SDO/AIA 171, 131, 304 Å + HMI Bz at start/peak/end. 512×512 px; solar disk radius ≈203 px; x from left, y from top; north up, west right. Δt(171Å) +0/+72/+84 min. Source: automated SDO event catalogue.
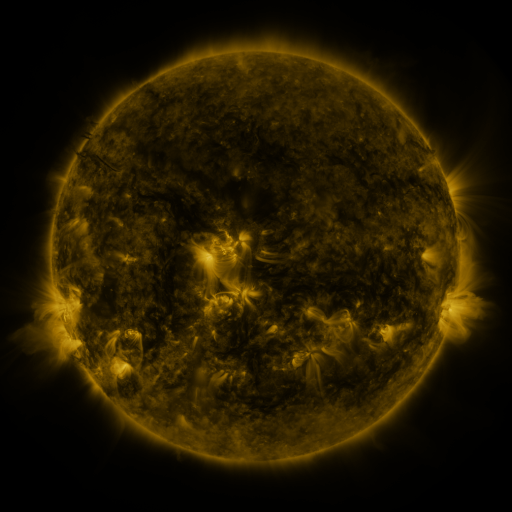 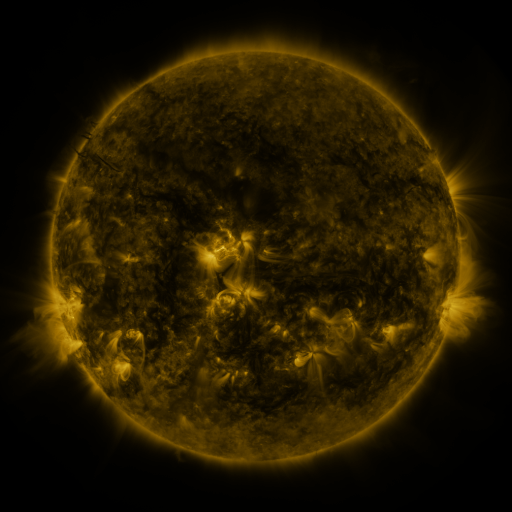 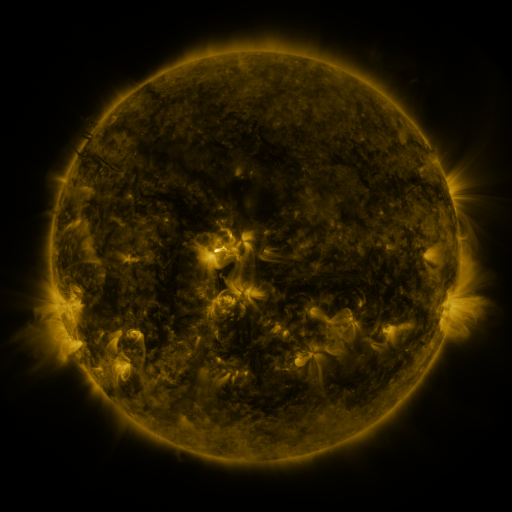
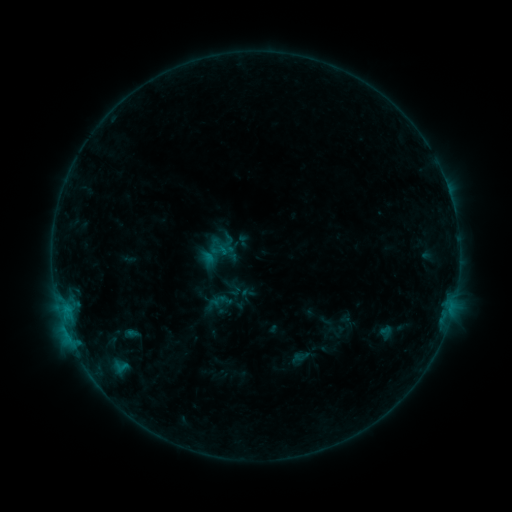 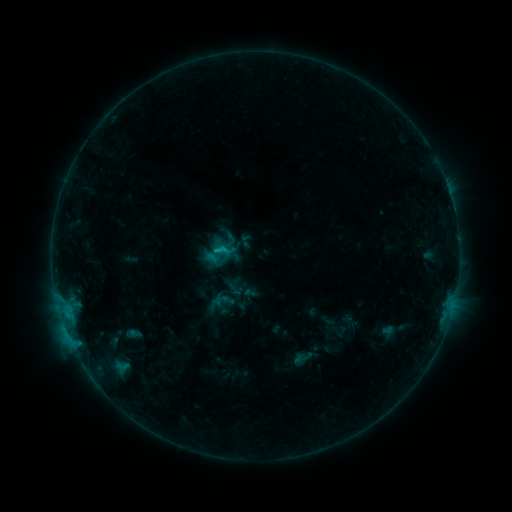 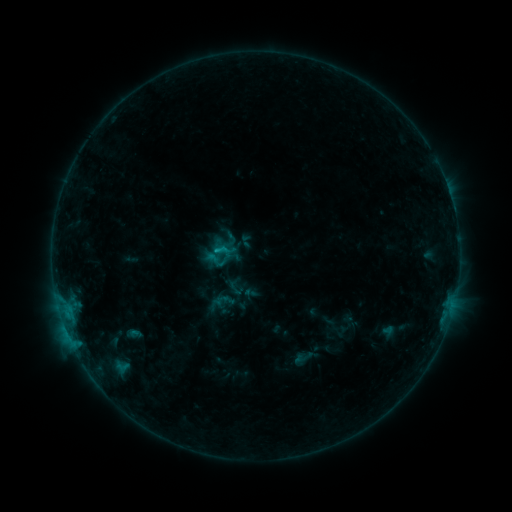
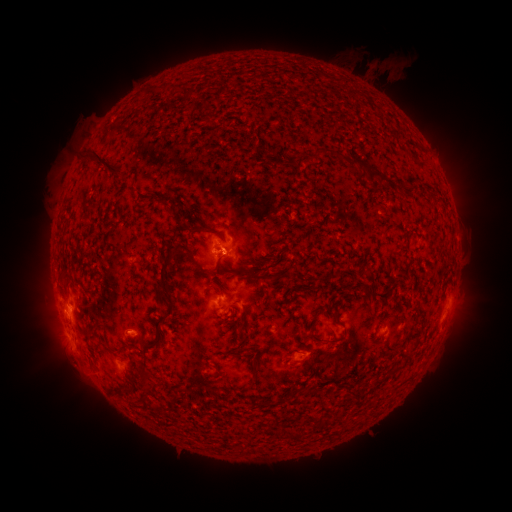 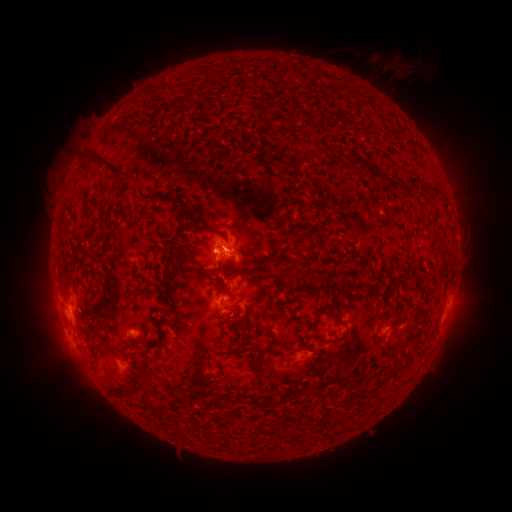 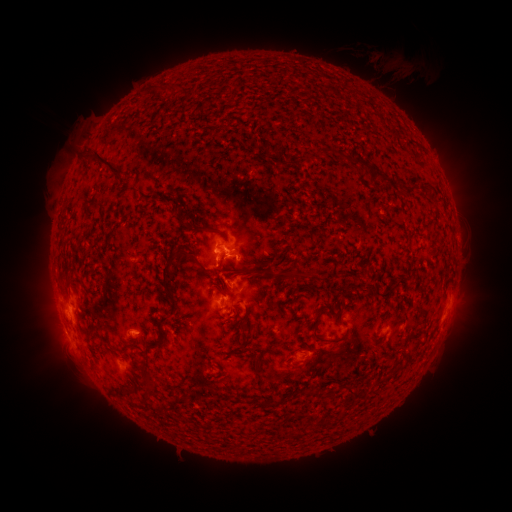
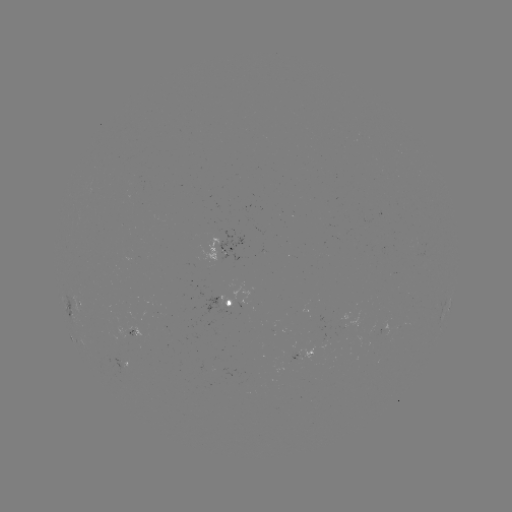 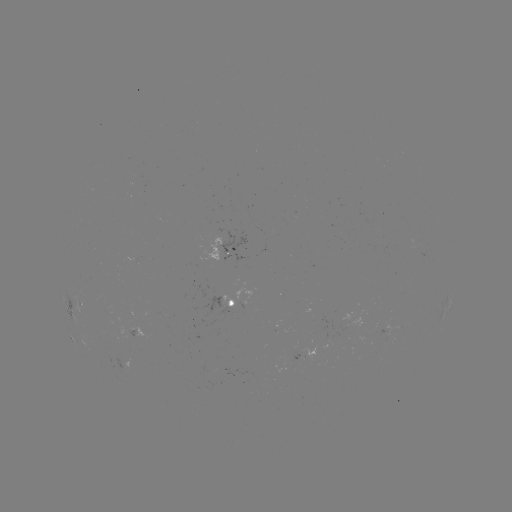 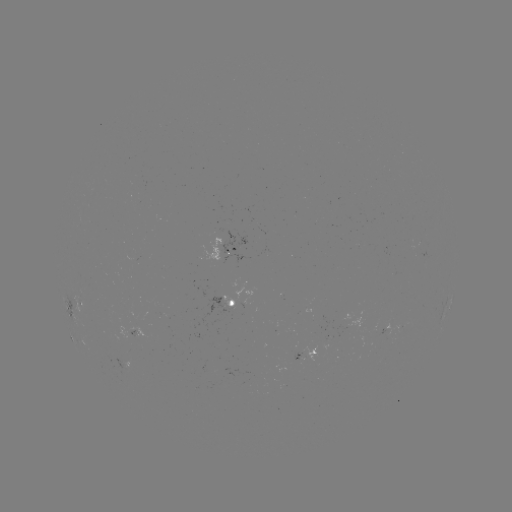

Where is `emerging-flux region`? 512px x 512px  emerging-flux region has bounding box [191, 282, 235, 328].